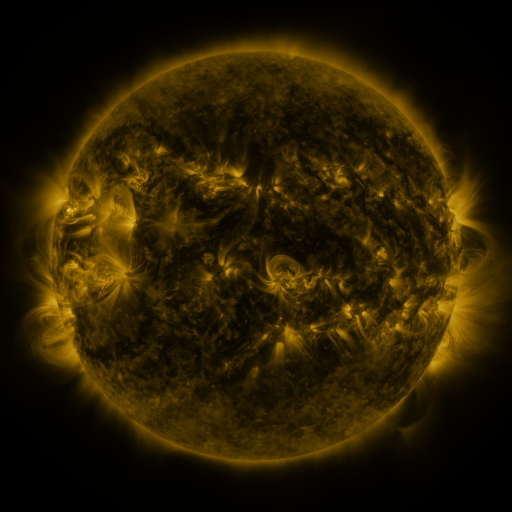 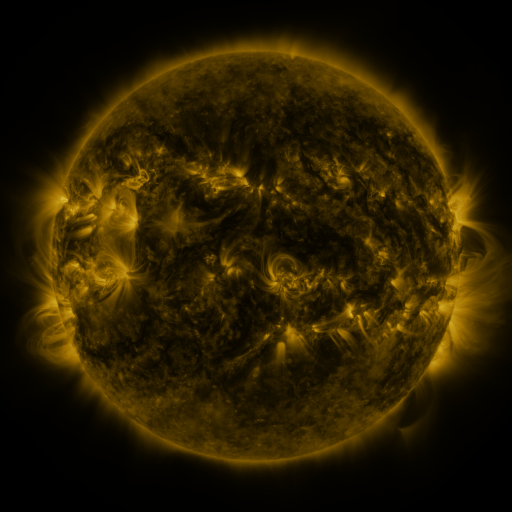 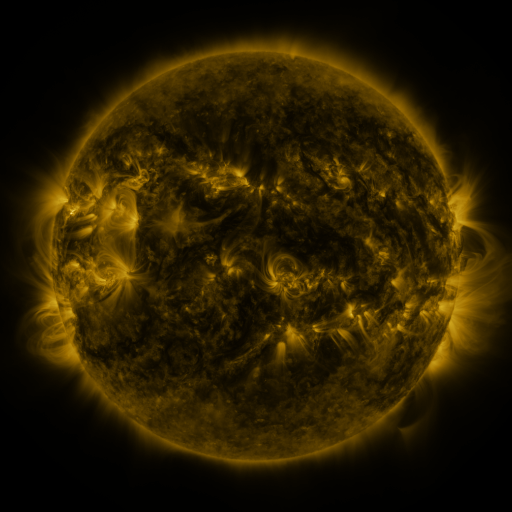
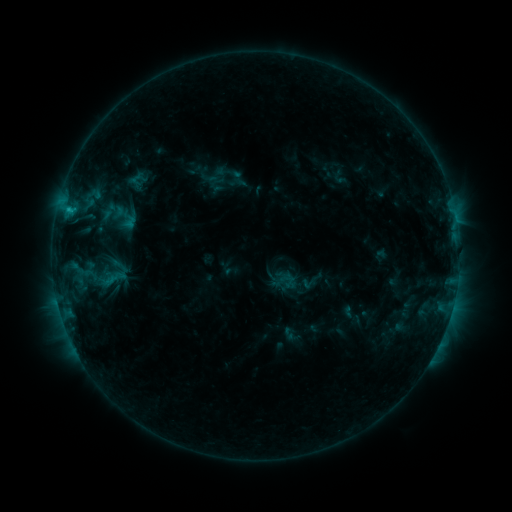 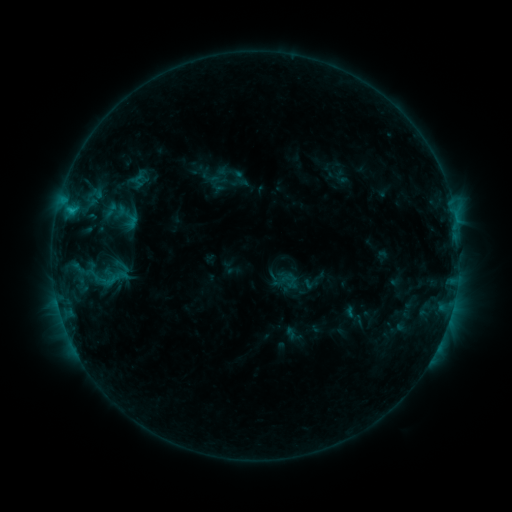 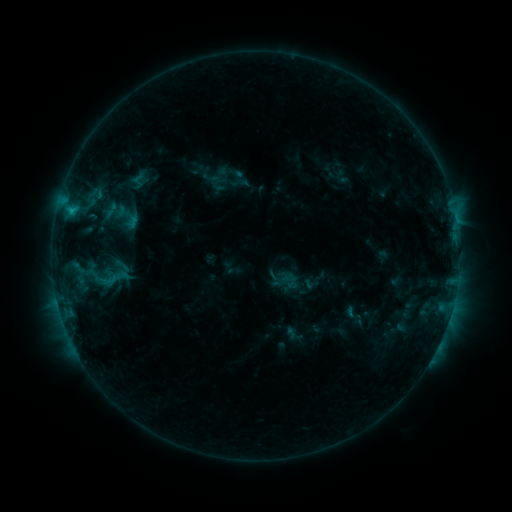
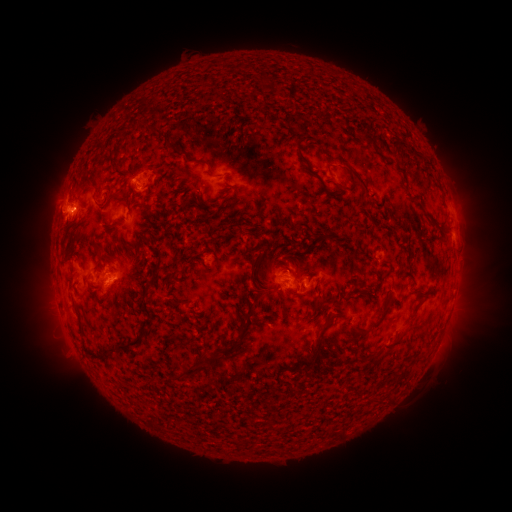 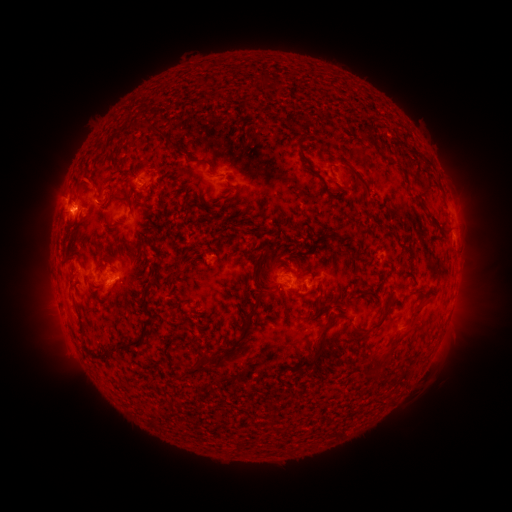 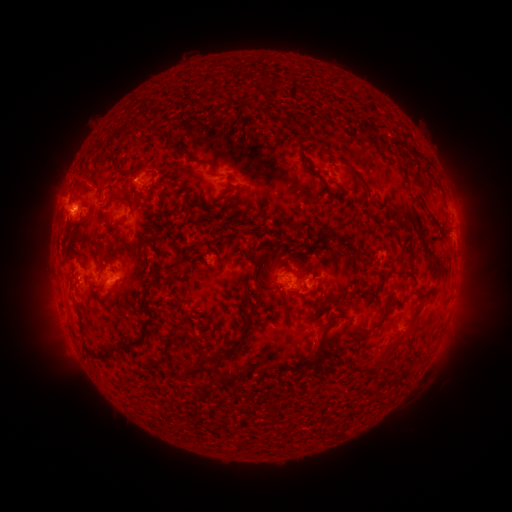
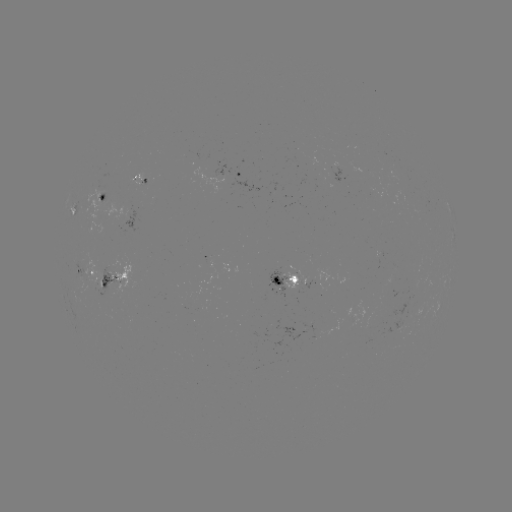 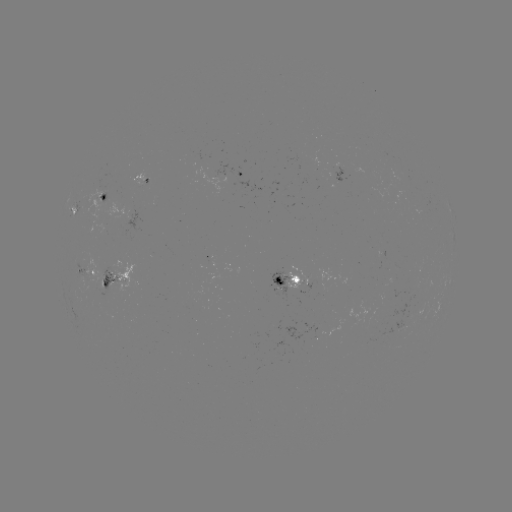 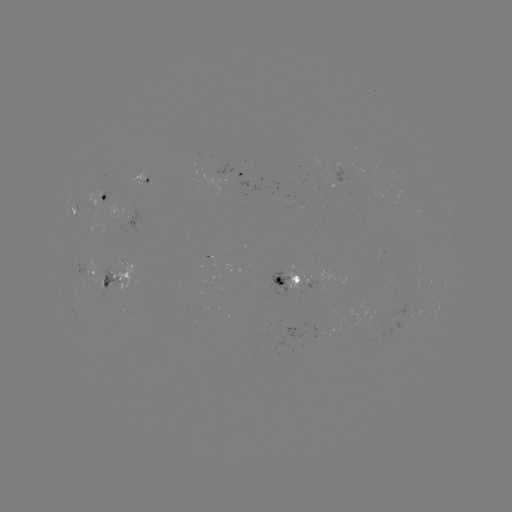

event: emerging-flux region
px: (382, 315)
